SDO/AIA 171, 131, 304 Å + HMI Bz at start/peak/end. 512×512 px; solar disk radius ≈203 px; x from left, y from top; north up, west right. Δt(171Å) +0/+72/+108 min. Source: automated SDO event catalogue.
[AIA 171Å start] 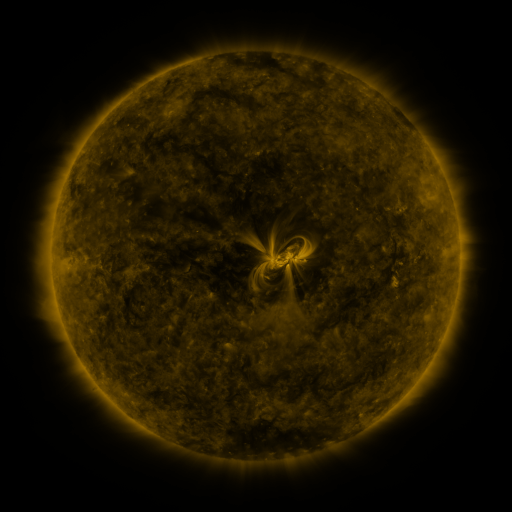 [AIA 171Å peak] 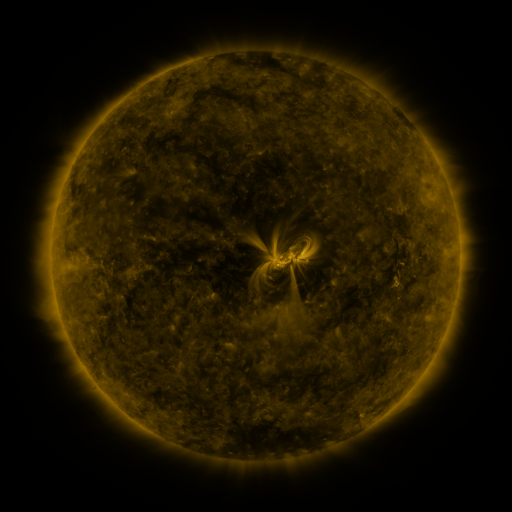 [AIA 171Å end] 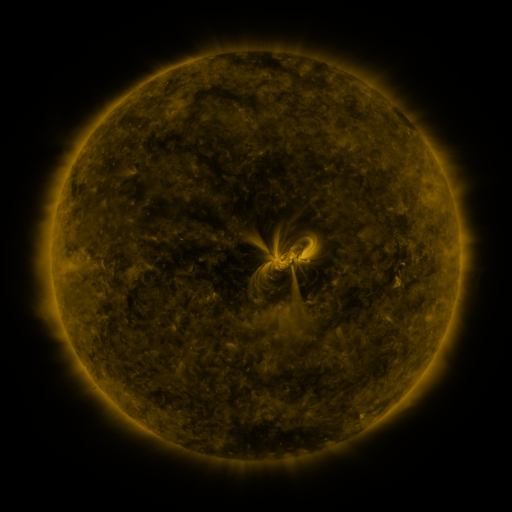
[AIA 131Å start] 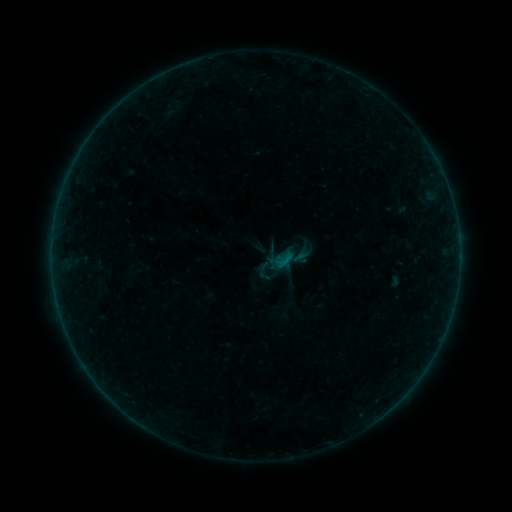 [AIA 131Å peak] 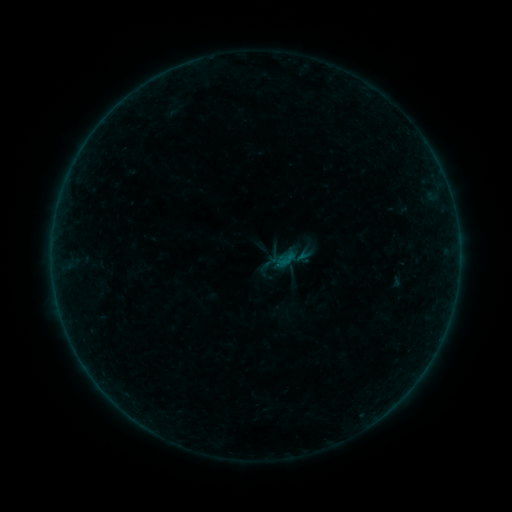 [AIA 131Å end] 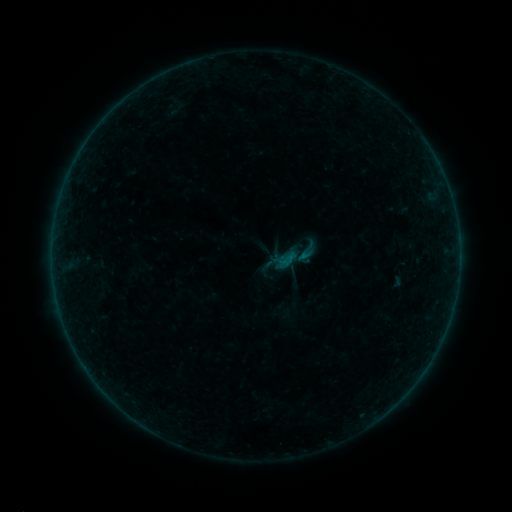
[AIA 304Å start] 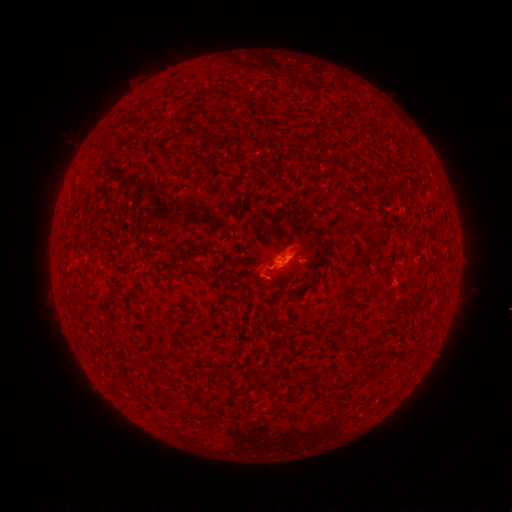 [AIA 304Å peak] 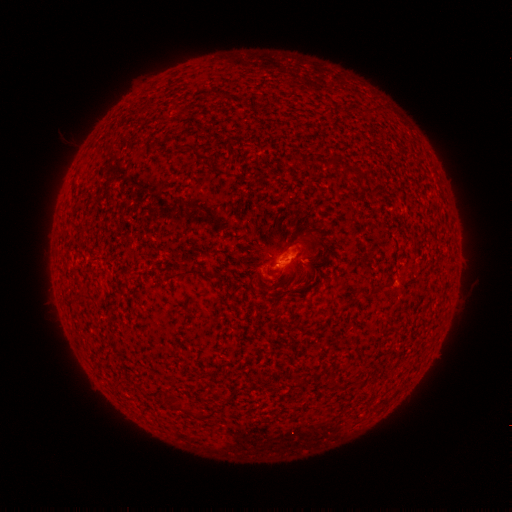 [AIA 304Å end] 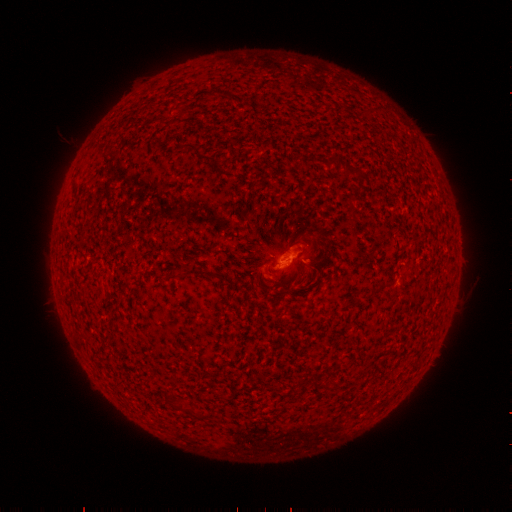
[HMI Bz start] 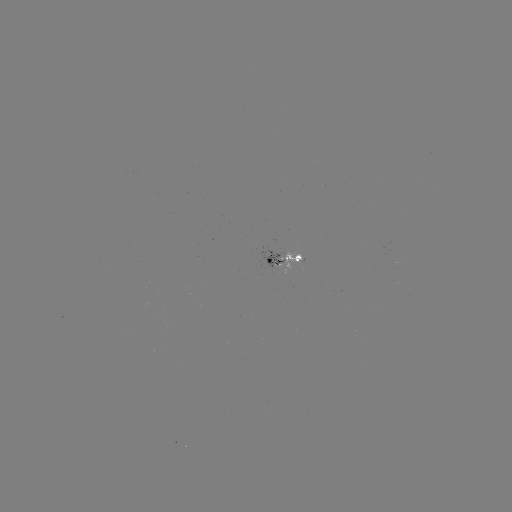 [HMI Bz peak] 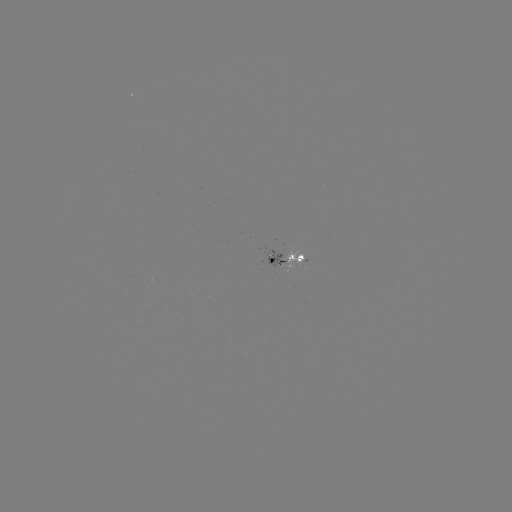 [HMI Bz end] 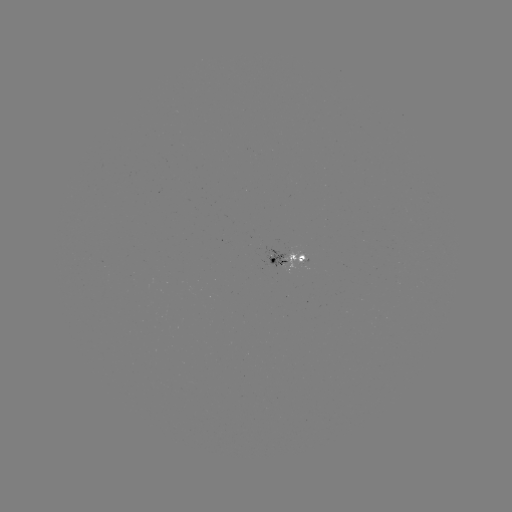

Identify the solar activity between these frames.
emerging-flux region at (290, 255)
